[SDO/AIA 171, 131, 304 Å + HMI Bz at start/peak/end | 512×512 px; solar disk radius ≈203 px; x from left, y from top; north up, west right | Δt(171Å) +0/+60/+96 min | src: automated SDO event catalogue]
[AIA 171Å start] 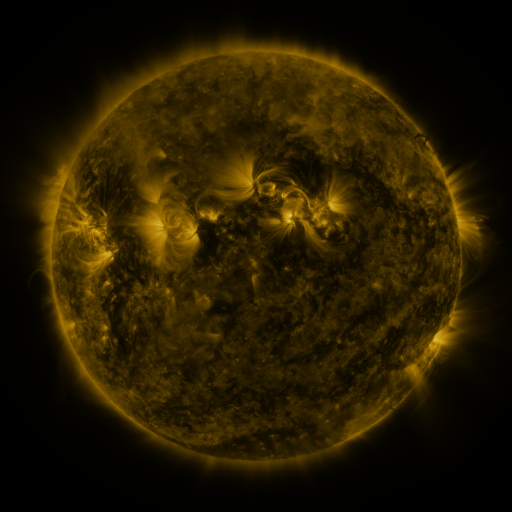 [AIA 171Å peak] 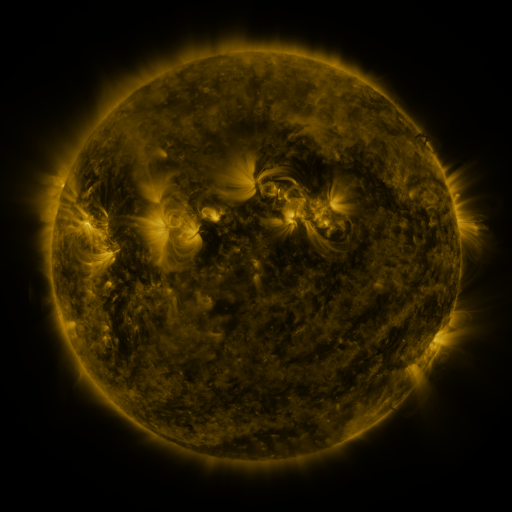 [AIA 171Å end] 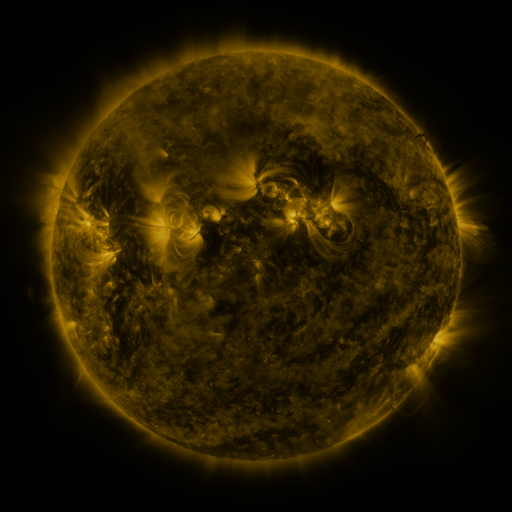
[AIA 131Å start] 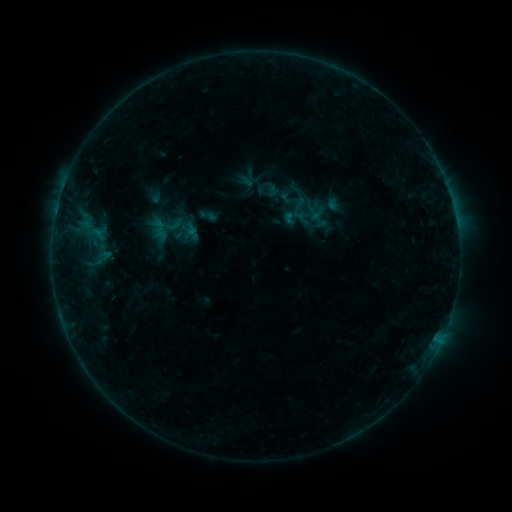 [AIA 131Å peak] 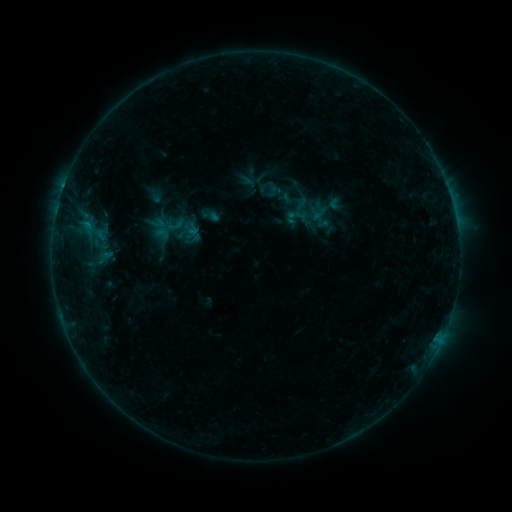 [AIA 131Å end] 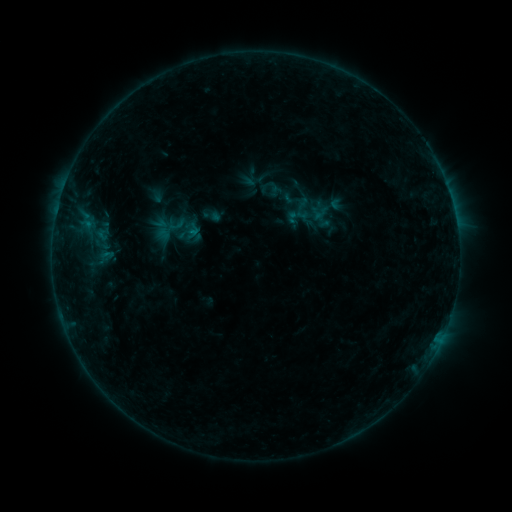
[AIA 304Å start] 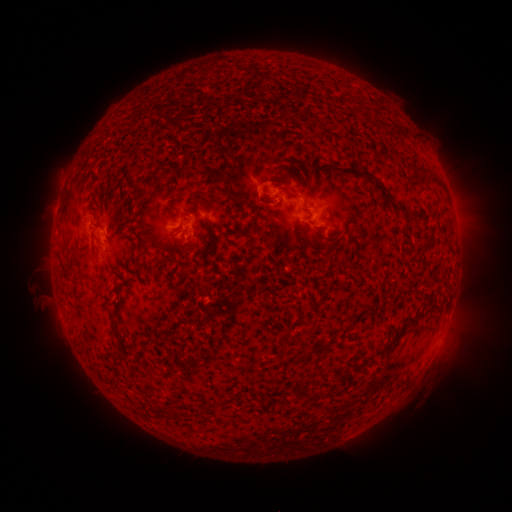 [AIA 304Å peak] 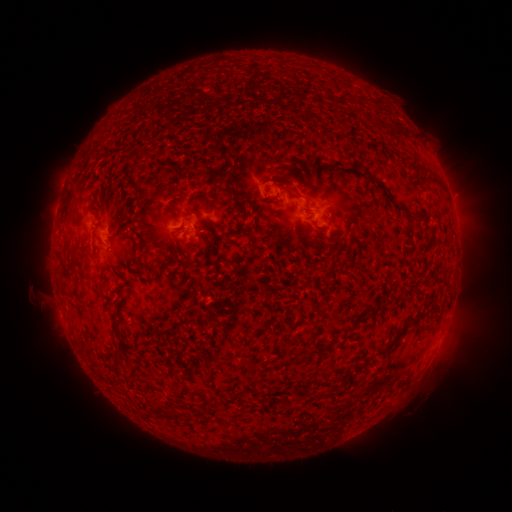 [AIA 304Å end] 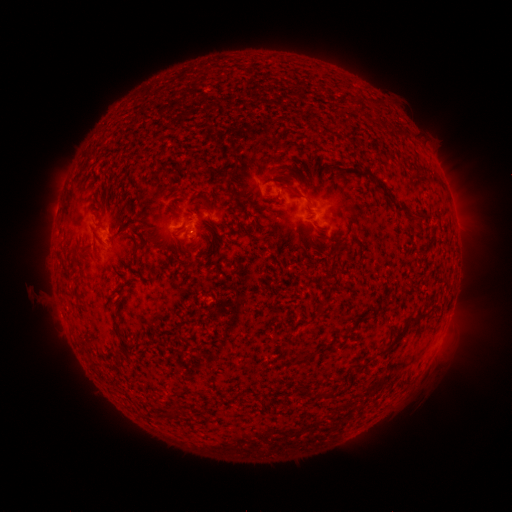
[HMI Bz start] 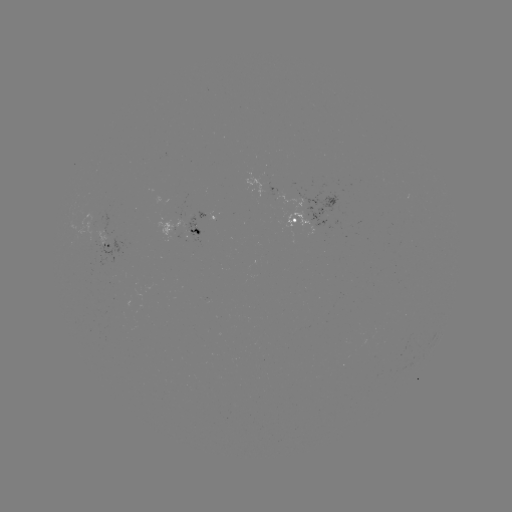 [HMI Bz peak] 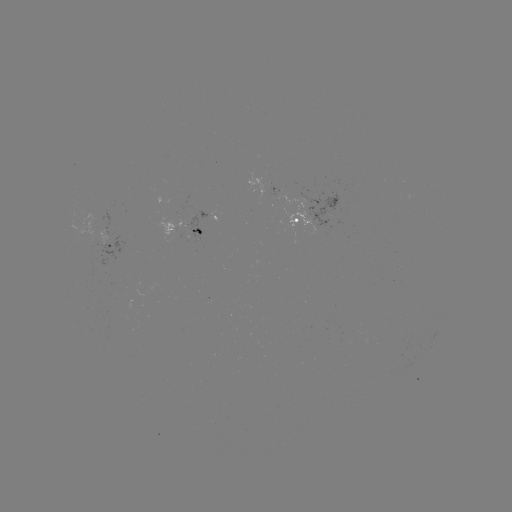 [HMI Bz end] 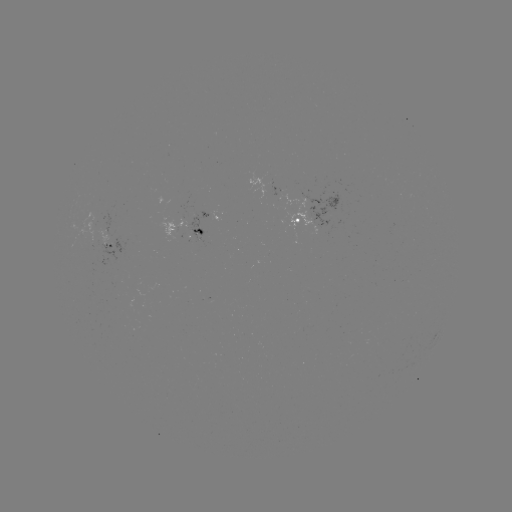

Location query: emerging-flux region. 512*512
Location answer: (90, 235).